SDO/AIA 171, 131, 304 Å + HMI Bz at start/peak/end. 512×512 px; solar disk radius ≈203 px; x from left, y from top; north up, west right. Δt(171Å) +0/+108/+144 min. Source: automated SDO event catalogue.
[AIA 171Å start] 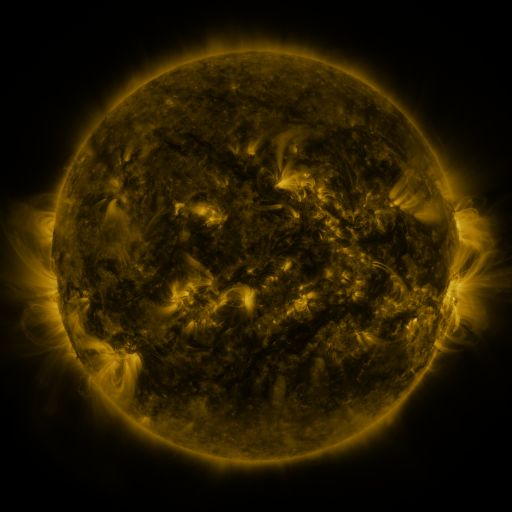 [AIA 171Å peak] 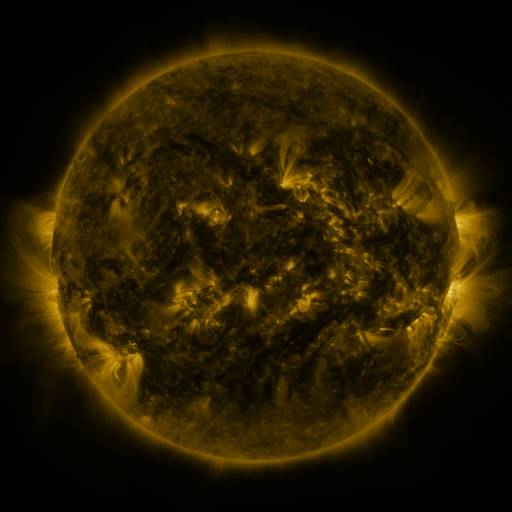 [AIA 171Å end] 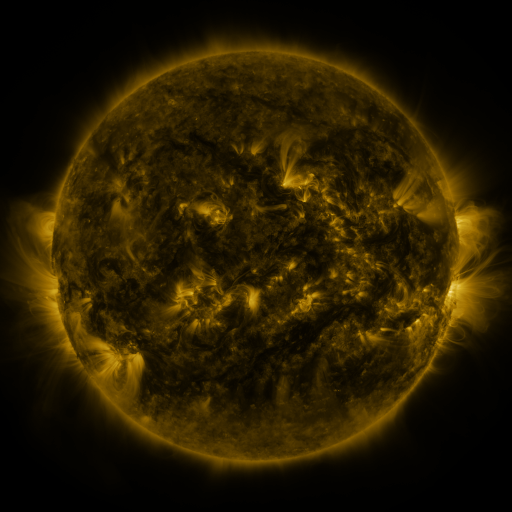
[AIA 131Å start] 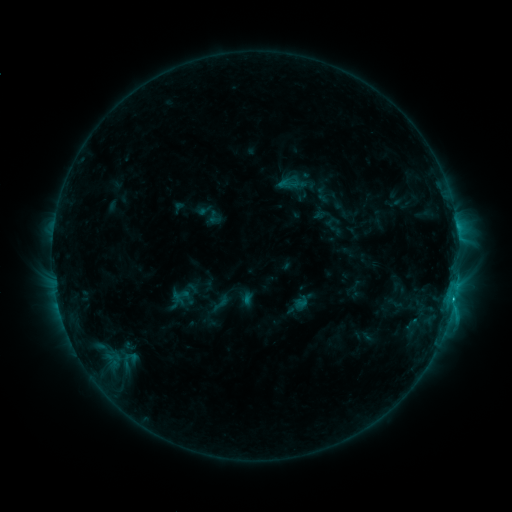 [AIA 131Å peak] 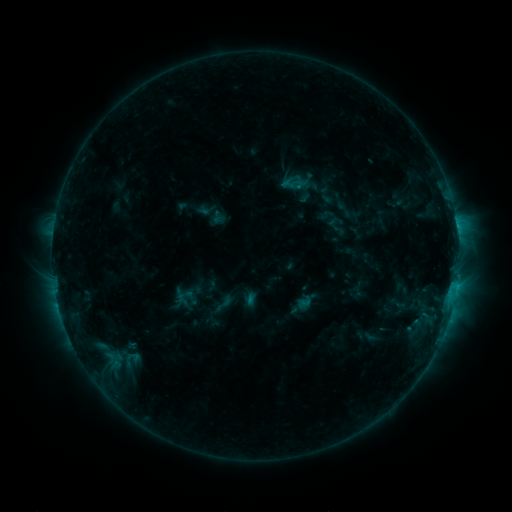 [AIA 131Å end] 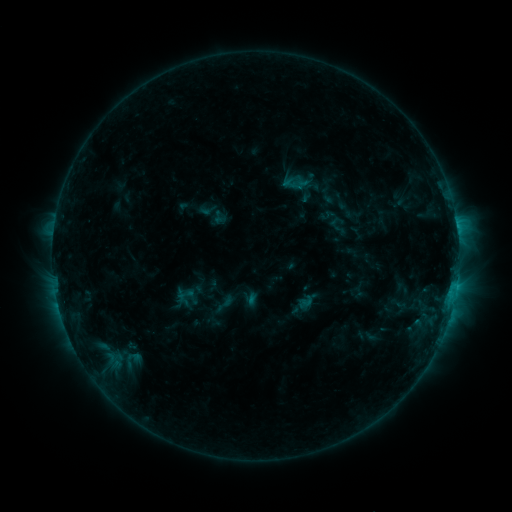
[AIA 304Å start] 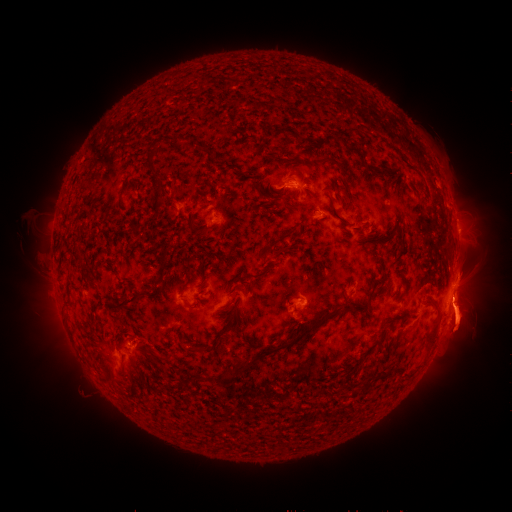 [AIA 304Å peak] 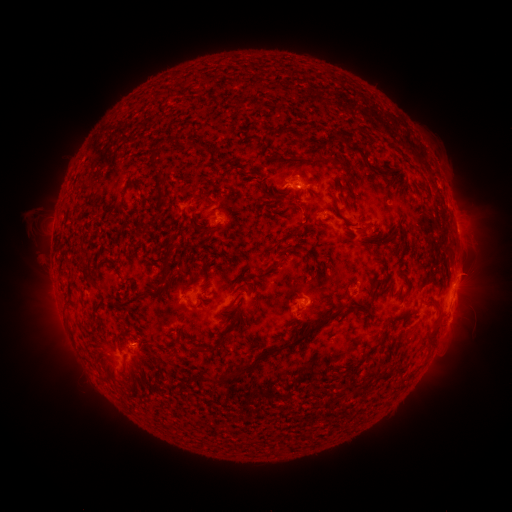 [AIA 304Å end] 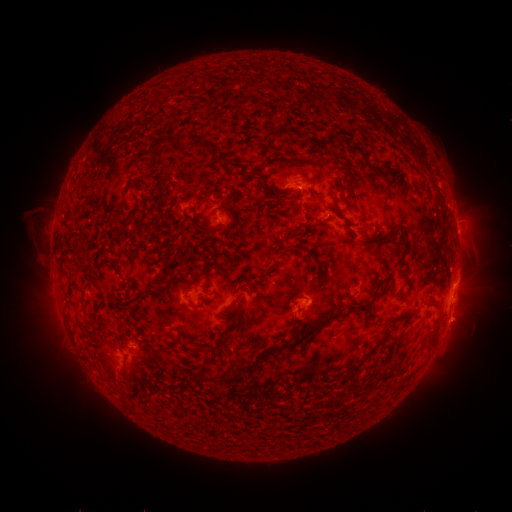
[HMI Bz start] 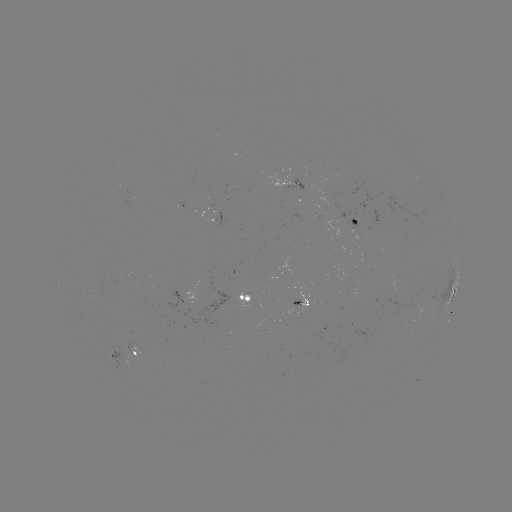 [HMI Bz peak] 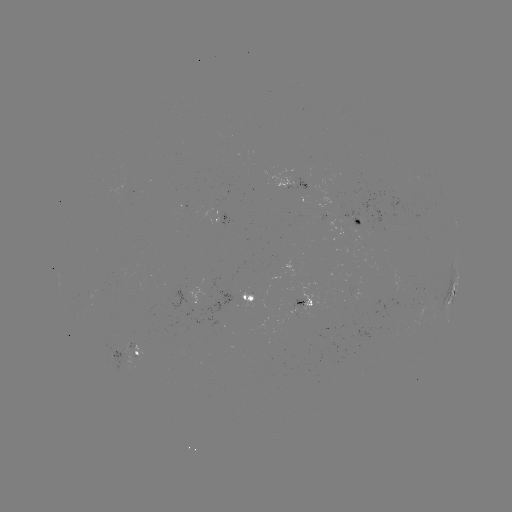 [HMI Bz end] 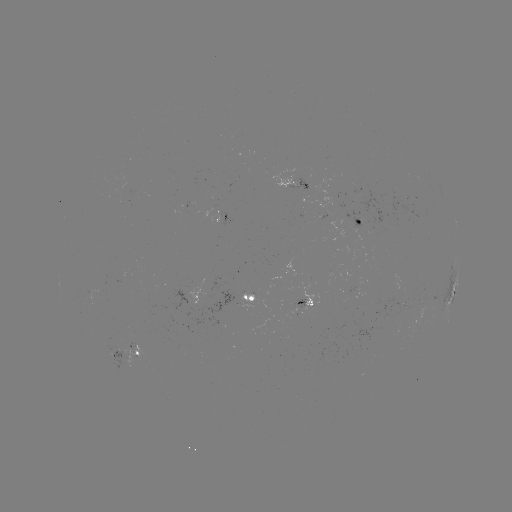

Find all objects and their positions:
emerging-flux region: (123, 184)
